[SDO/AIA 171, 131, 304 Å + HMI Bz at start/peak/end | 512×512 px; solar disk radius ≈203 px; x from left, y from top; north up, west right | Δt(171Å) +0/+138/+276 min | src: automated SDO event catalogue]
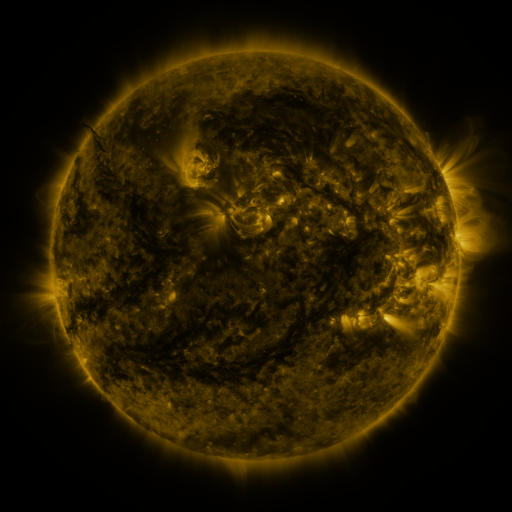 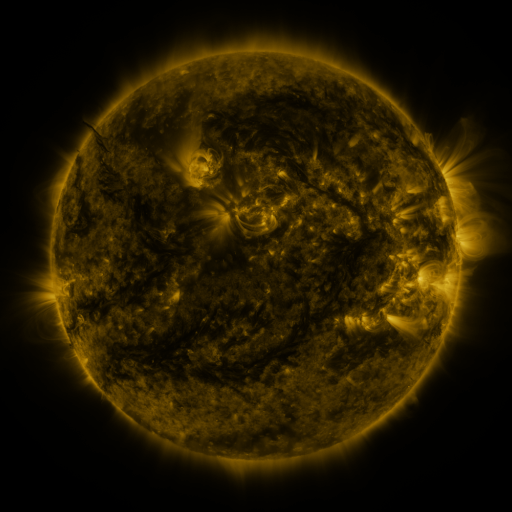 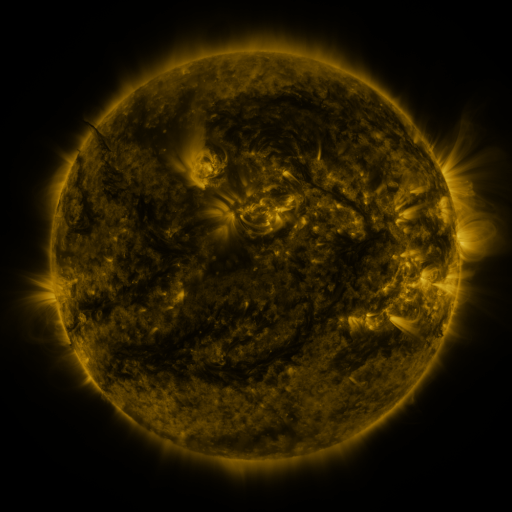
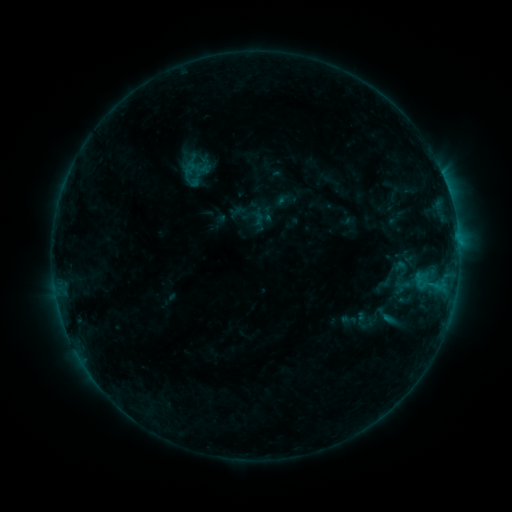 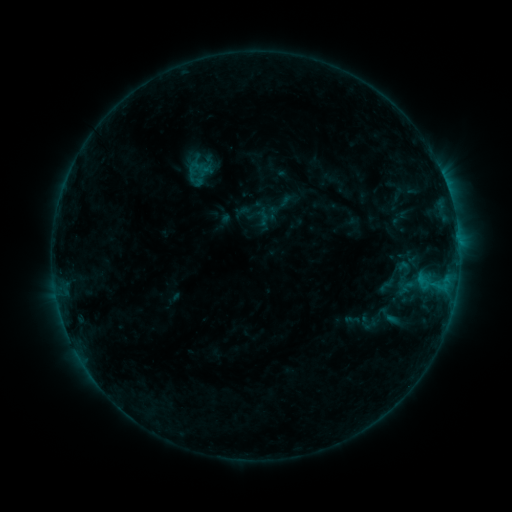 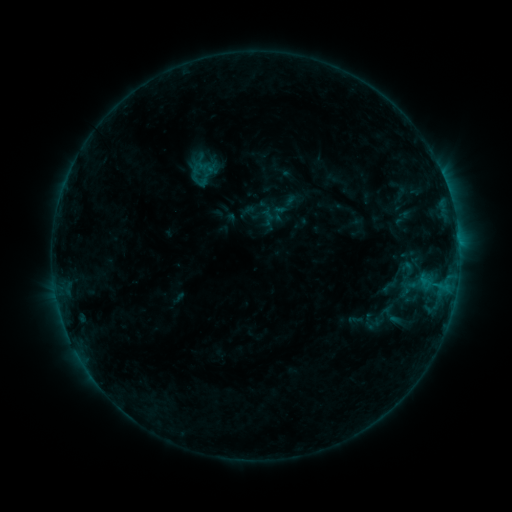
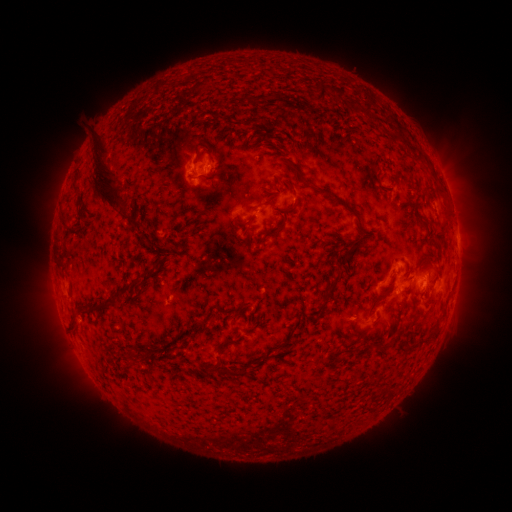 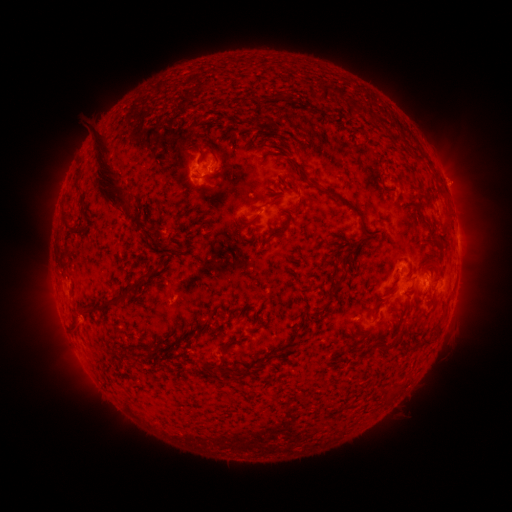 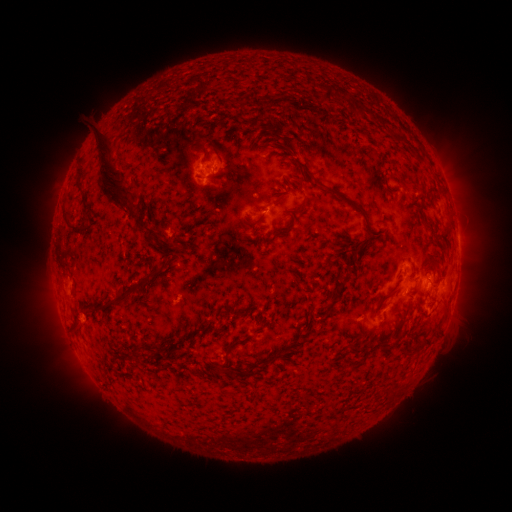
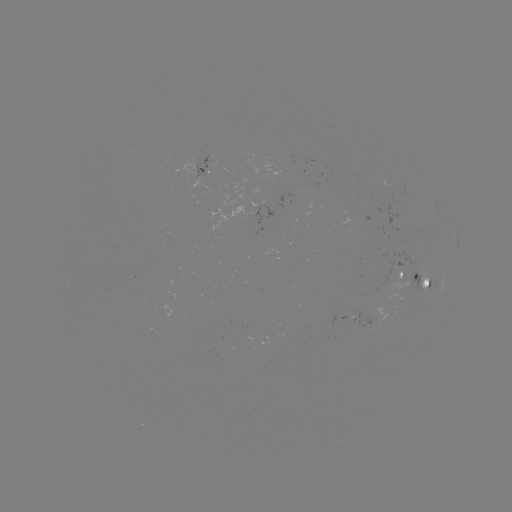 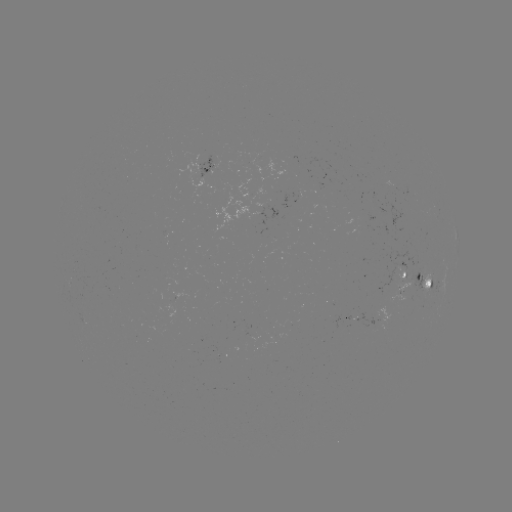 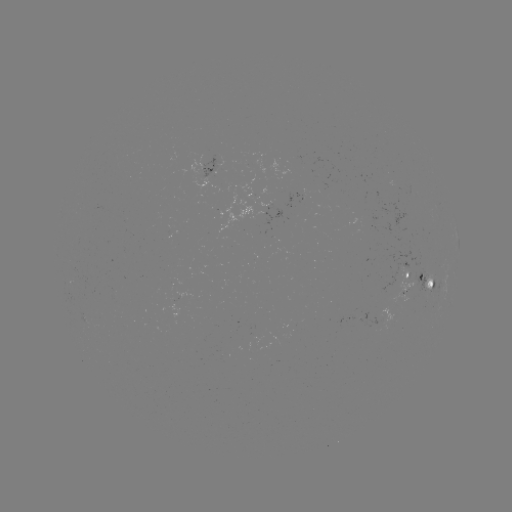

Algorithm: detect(filament eruption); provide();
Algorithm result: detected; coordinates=423,319